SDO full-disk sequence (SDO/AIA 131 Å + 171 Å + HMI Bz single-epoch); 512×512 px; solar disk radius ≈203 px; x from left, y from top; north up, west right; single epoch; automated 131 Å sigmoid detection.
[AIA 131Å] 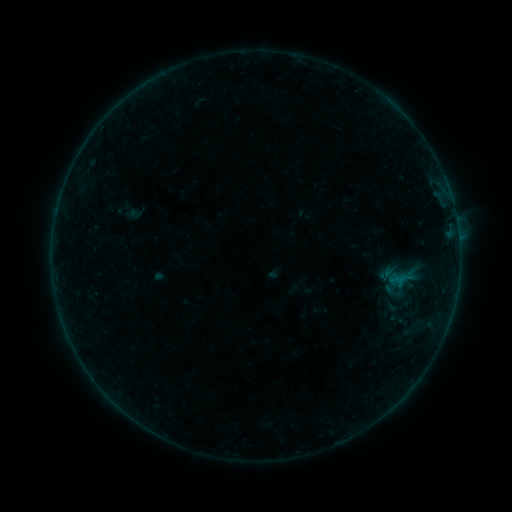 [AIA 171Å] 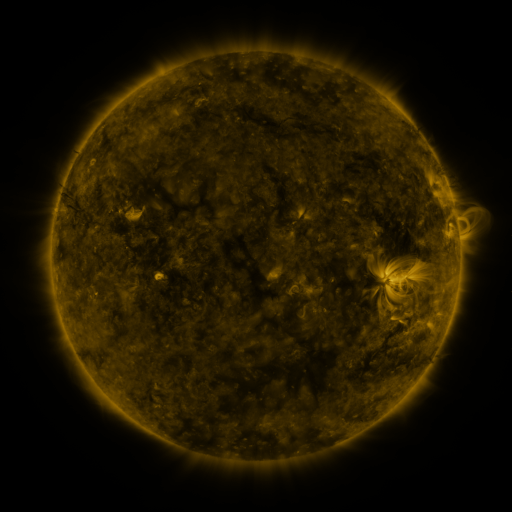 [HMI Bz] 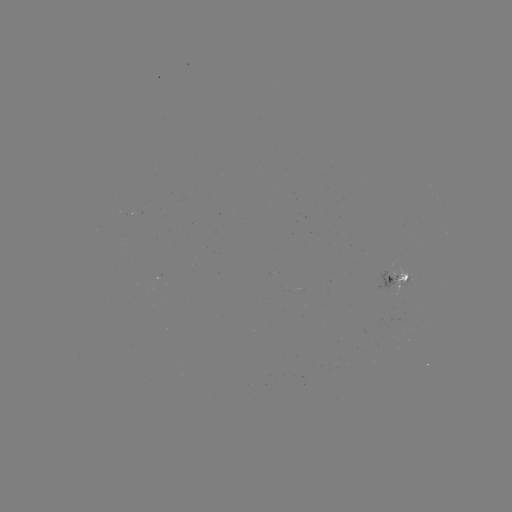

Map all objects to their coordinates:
sigmoid: (390, 305)
